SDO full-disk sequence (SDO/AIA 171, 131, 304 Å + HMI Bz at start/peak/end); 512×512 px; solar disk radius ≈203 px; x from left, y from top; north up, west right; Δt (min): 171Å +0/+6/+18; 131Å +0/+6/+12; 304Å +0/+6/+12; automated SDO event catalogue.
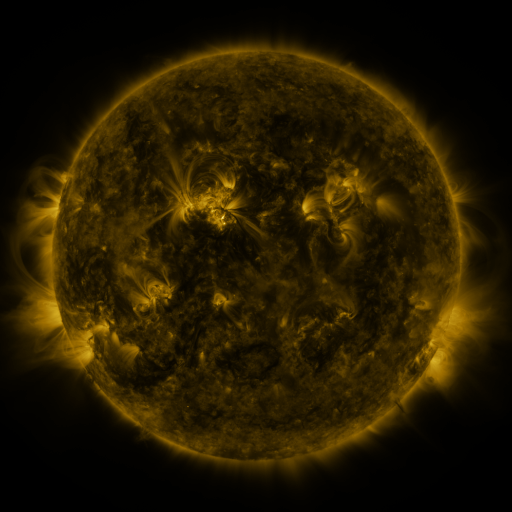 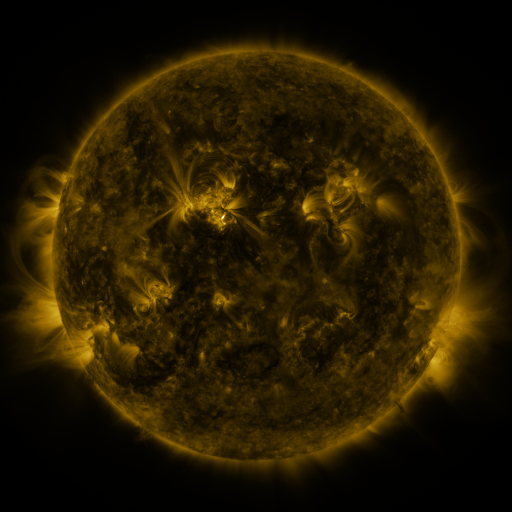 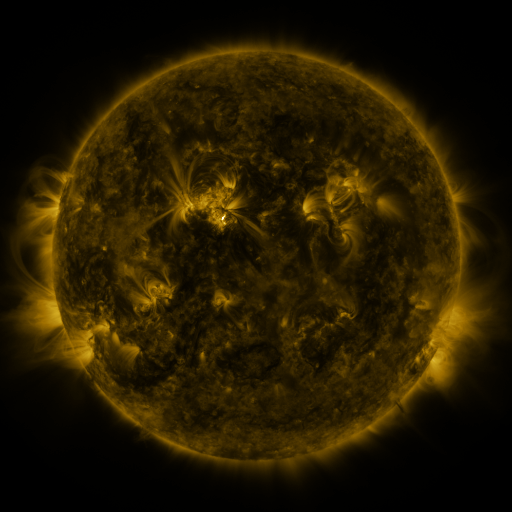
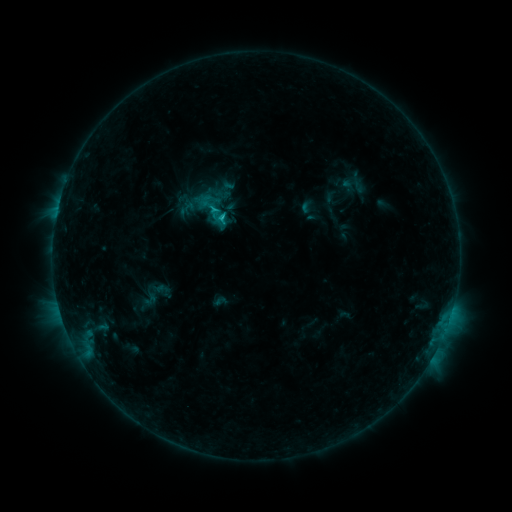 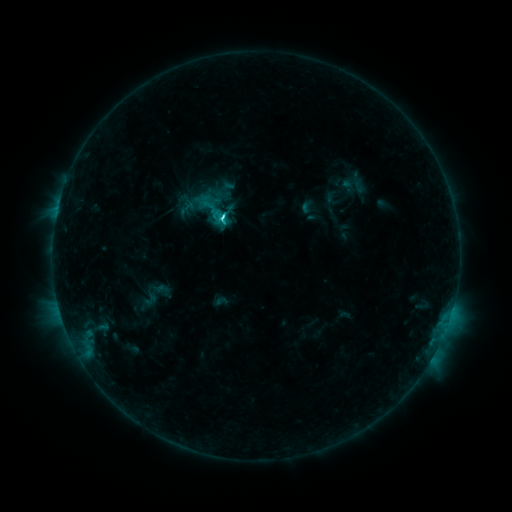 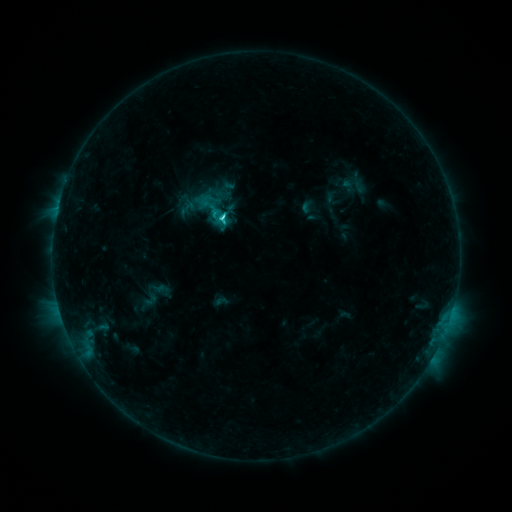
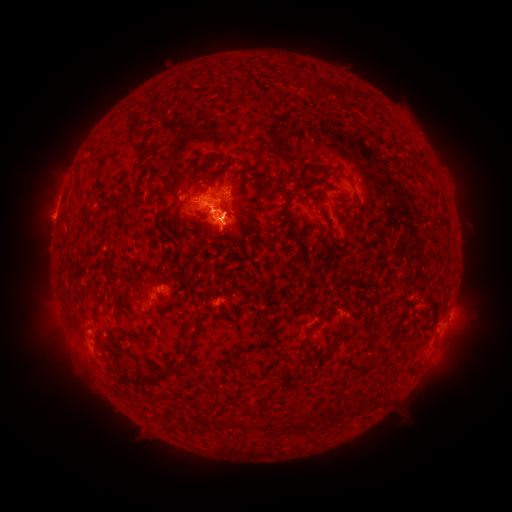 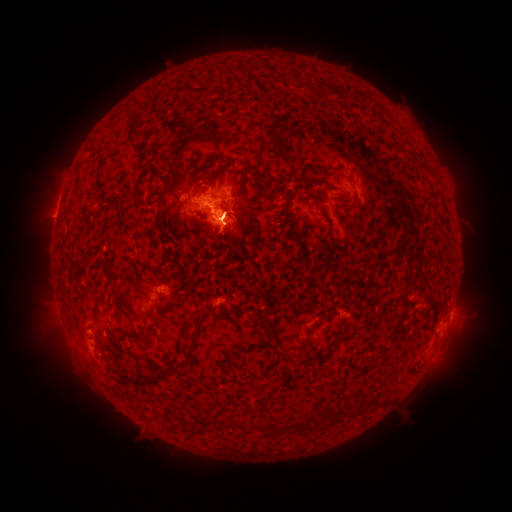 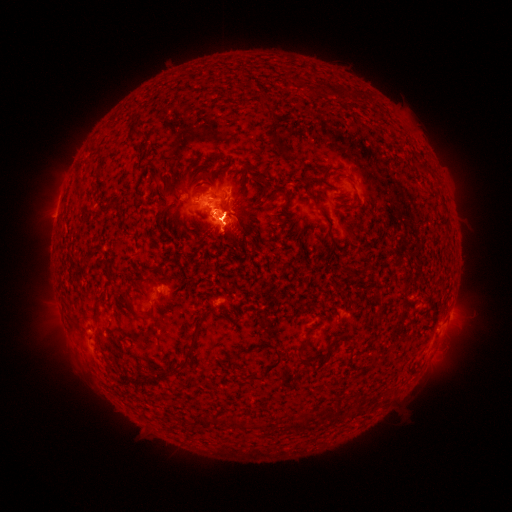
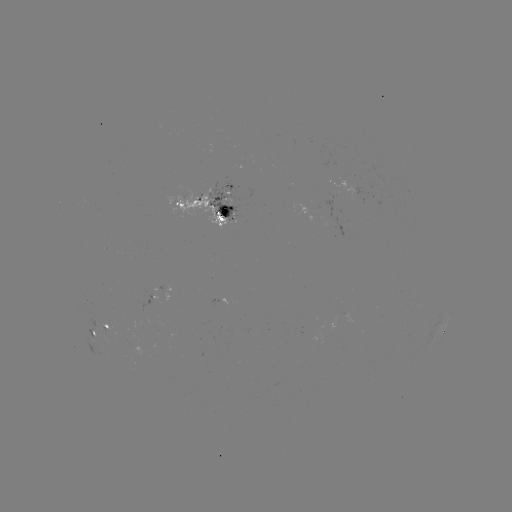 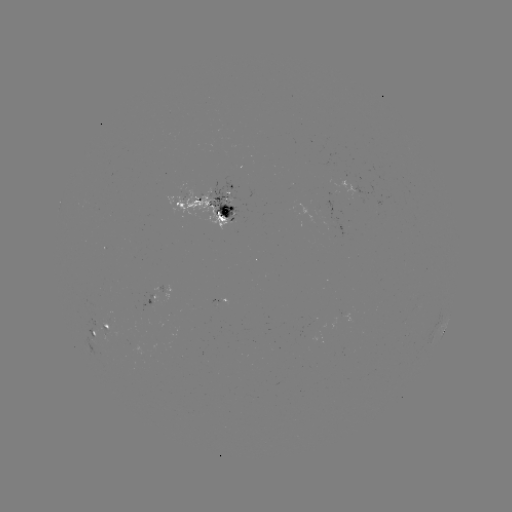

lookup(eruption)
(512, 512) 65,166